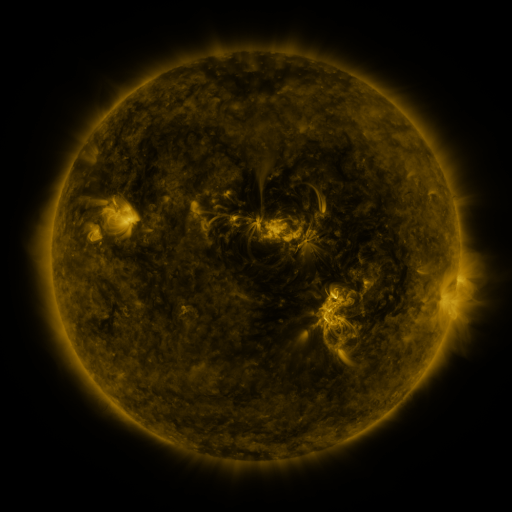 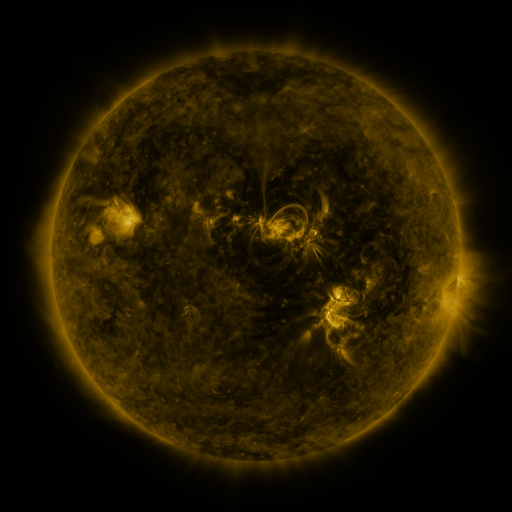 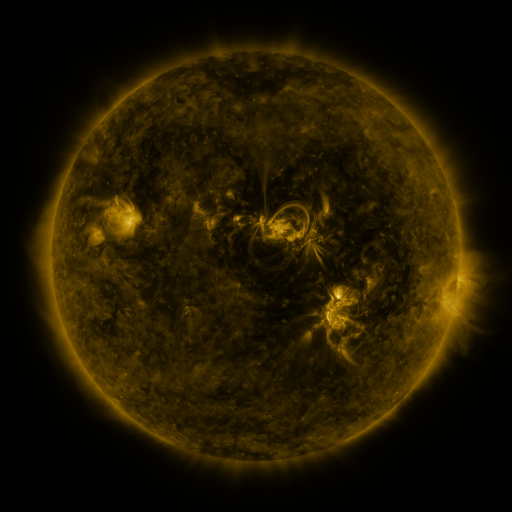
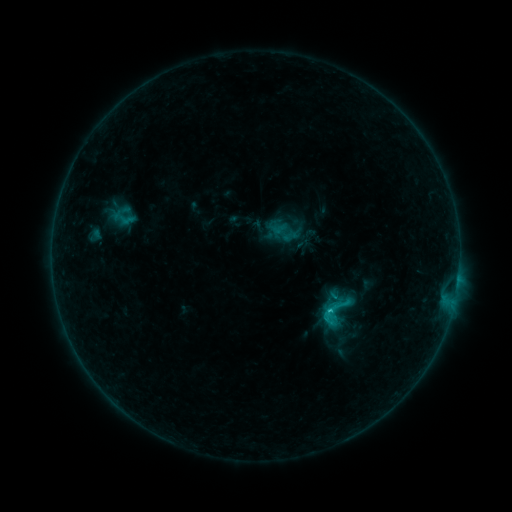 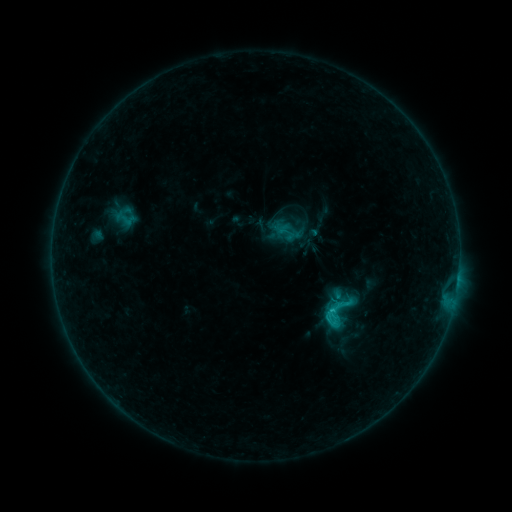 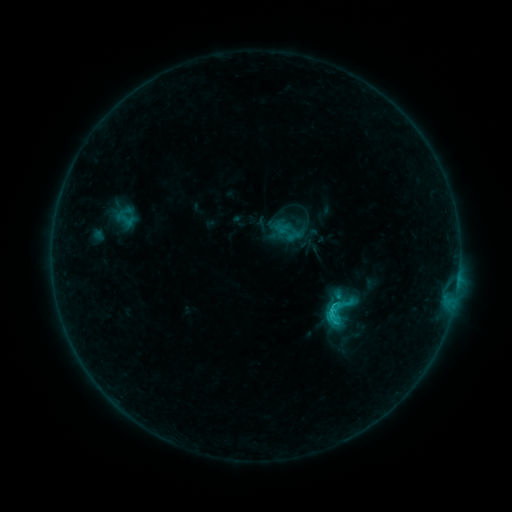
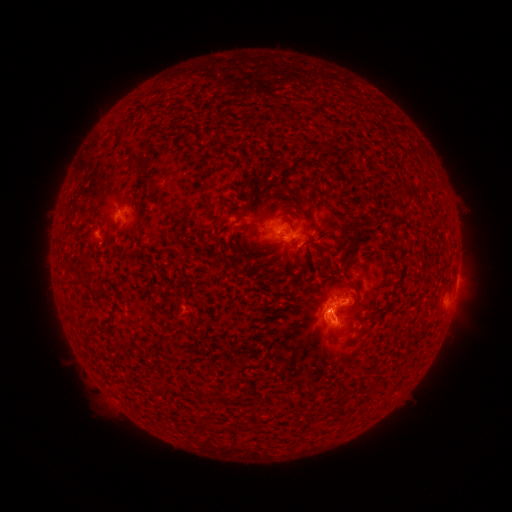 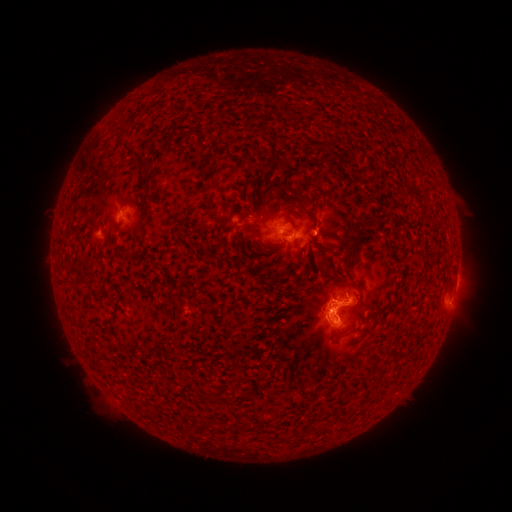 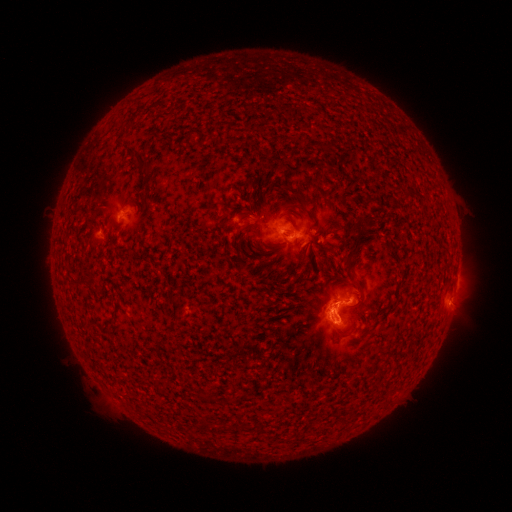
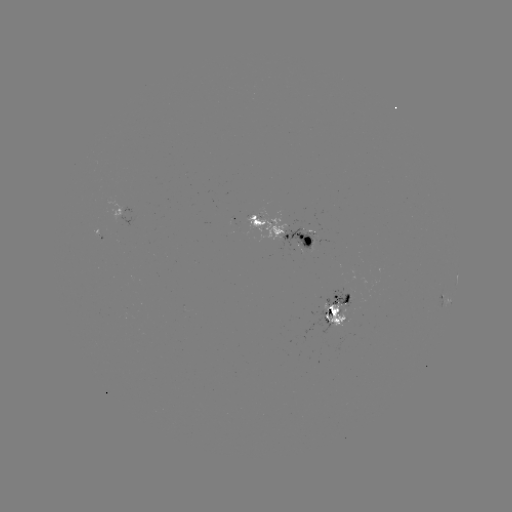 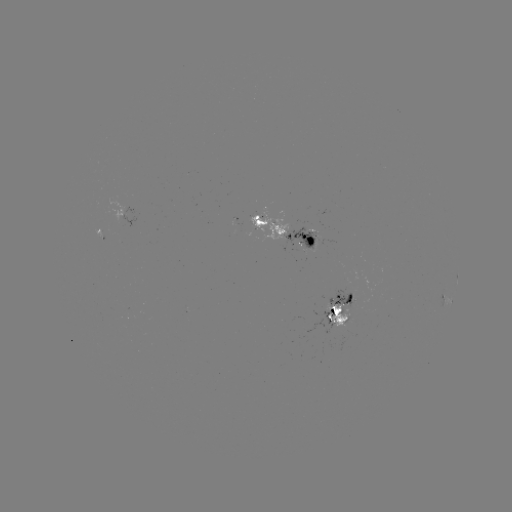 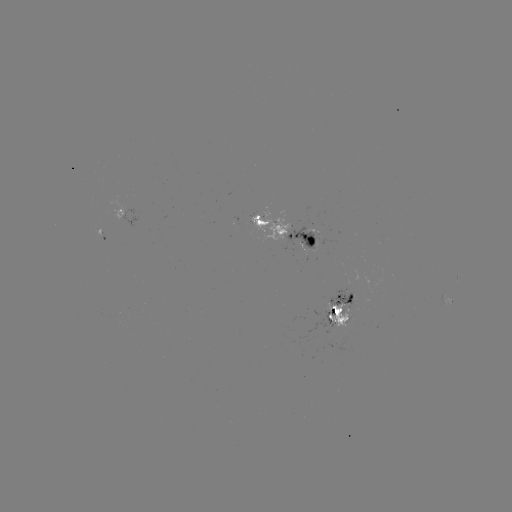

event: emerging-flux region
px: (309, 233)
